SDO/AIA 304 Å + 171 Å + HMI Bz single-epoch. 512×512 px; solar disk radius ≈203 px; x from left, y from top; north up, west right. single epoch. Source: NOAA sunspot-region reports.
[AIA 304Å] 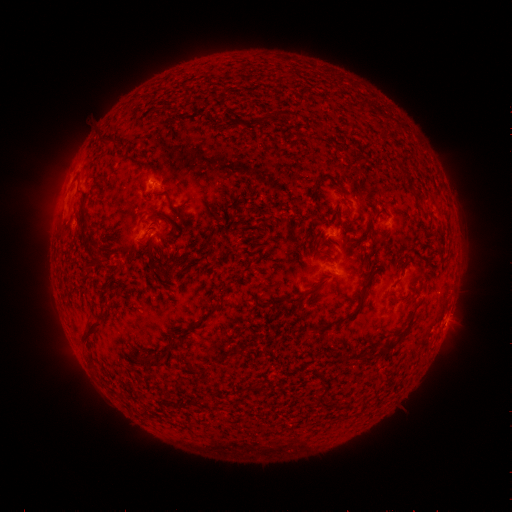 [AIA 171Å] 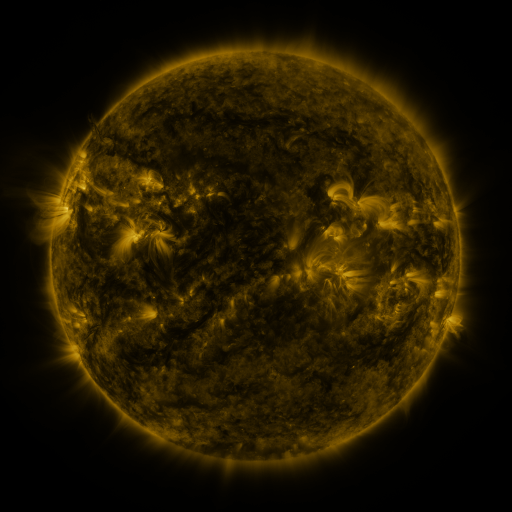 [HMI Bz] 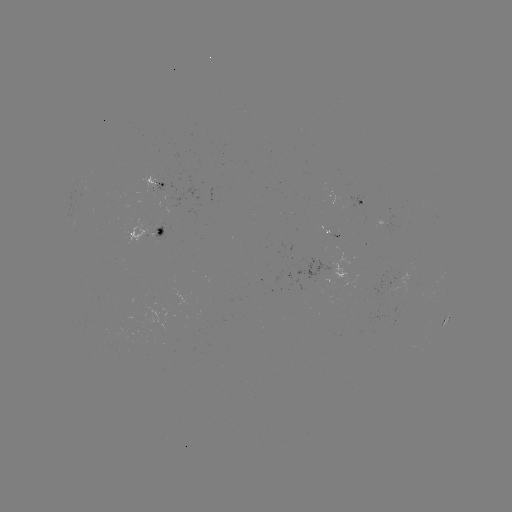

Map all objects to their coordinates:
spotted active region: (158, 184)
spotted active region: (365, 205)
spotted active region: (386, 224)
spotted active region: (148, 233)
spotted active region: (335, 235)
spotted active region: (445, 319)
